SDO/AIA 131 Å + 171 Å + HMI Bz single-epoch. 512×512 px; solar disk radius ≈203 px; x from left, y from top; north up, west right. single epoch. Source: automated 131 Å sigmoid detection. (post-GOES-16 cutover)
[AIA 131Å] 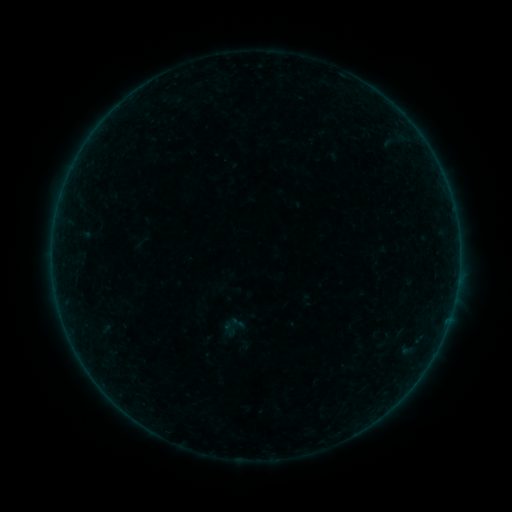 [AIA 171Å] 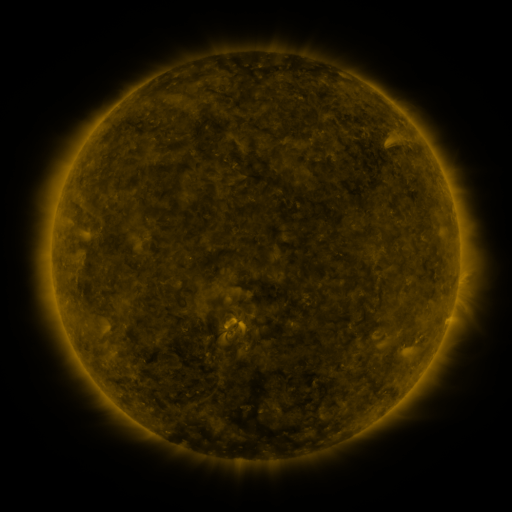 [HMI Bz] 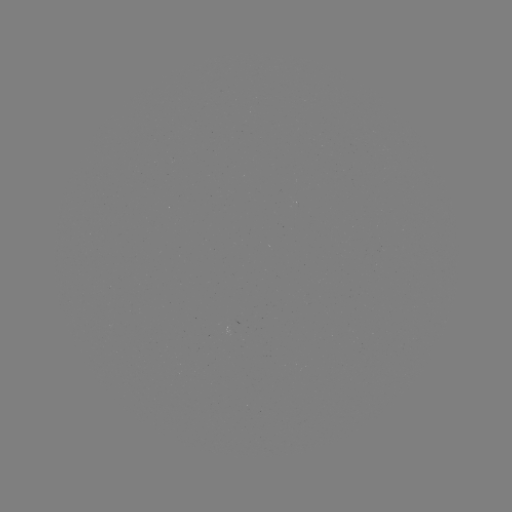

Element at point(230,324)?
sigmoid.